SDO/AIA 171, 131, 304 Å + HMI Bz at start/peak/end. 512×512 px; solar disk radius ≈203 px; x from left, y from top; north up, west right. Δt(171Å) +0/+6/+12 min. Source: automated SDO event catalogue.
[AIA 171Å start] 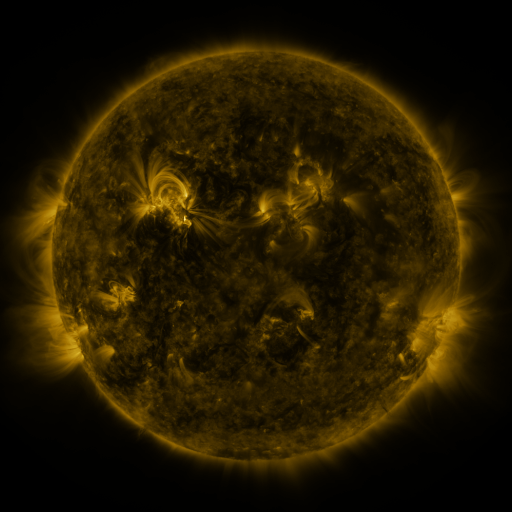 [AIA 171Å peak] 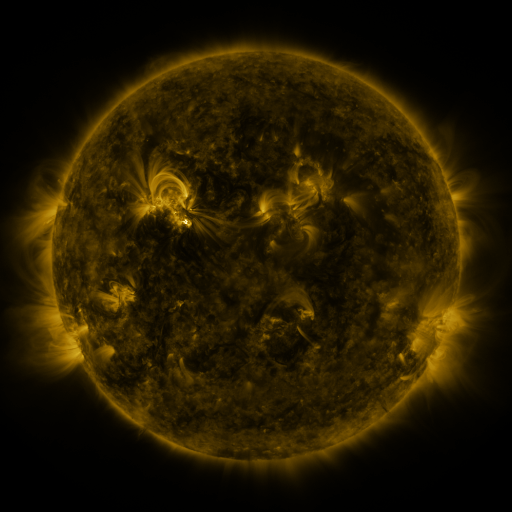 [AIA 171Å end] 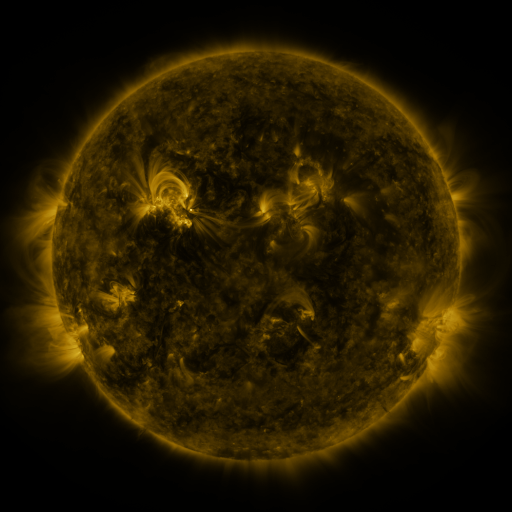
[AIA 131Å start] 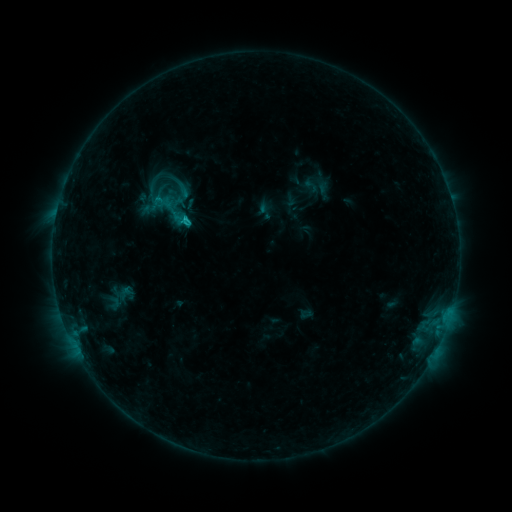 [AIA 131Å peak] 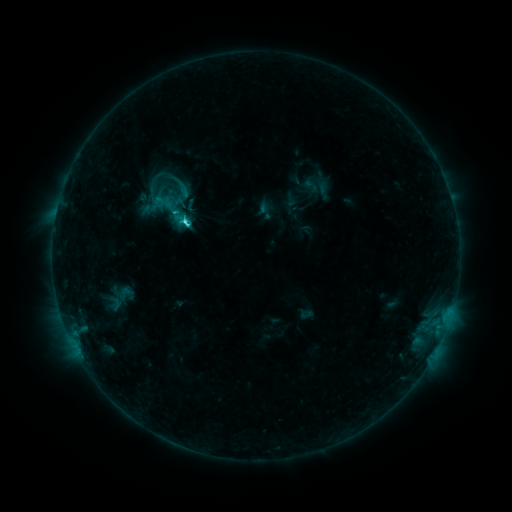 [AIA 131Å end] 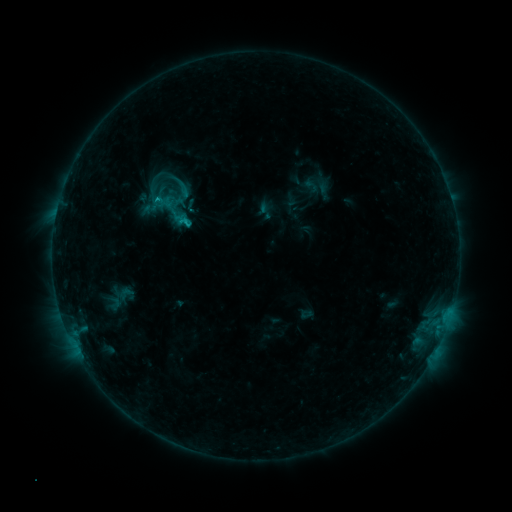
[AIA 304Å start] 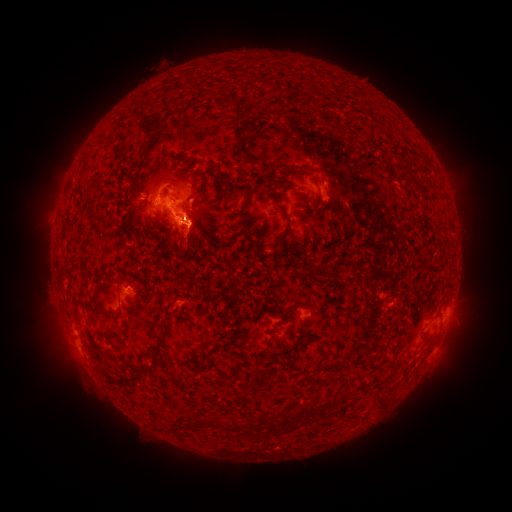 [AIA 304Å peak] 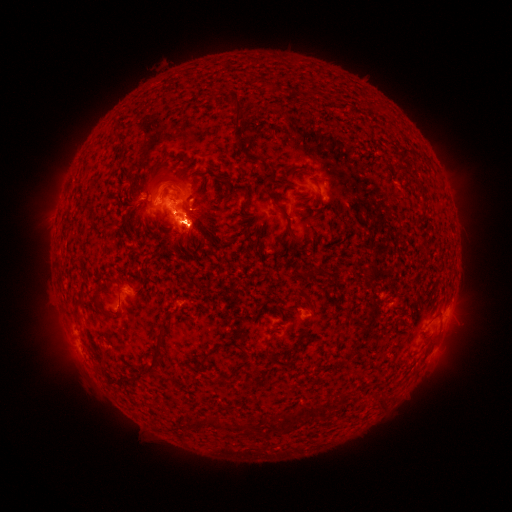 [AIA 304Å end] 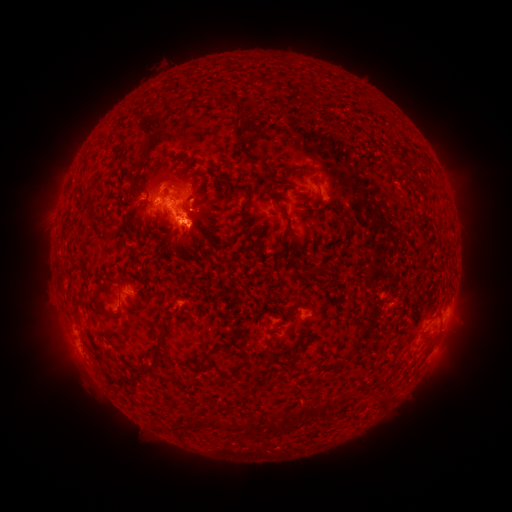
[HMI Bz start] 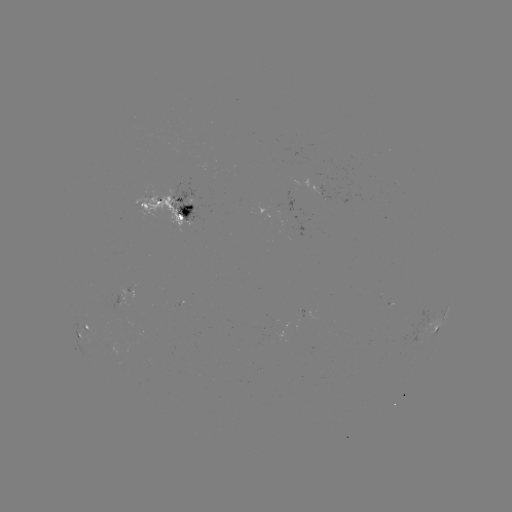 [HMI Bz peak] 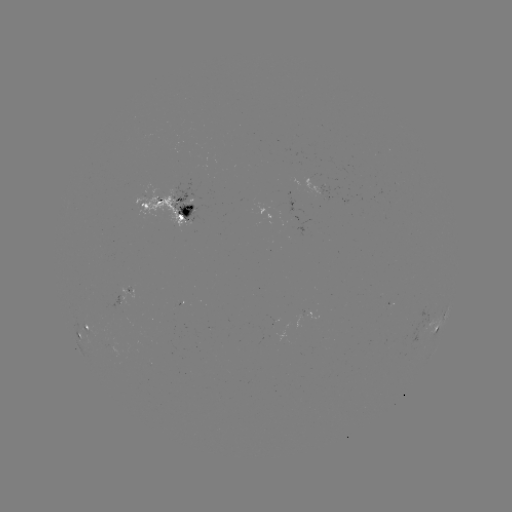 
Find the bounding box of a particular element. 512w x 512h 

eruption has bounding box [32, 308, 102, 395].